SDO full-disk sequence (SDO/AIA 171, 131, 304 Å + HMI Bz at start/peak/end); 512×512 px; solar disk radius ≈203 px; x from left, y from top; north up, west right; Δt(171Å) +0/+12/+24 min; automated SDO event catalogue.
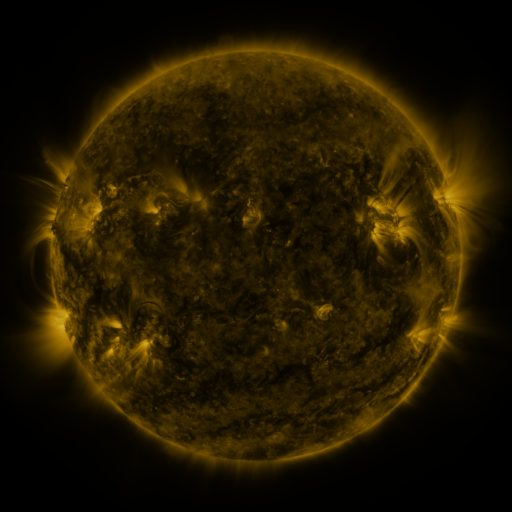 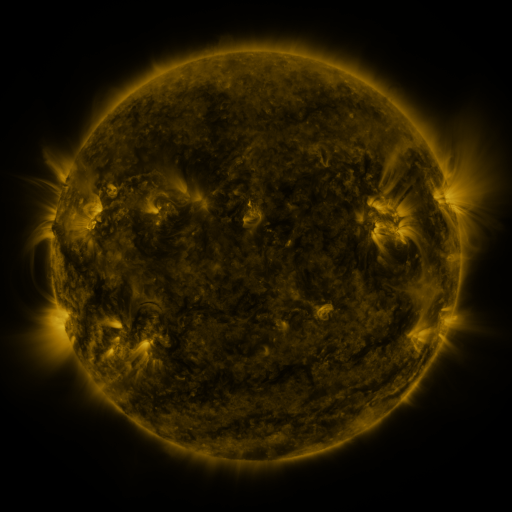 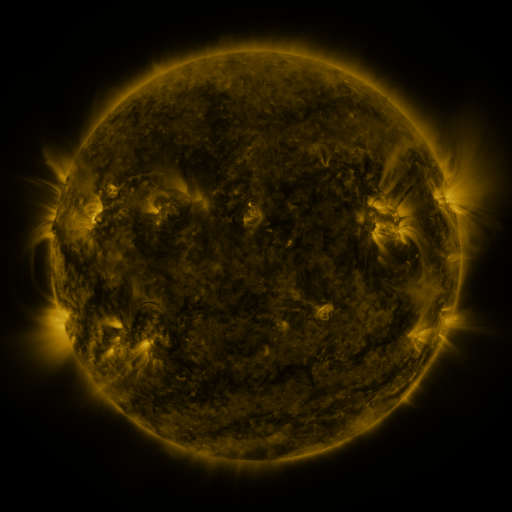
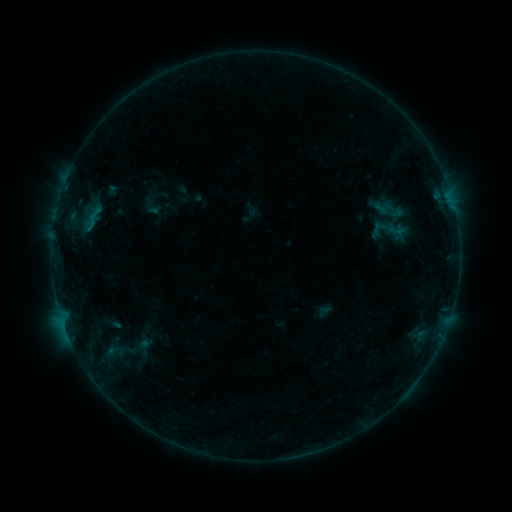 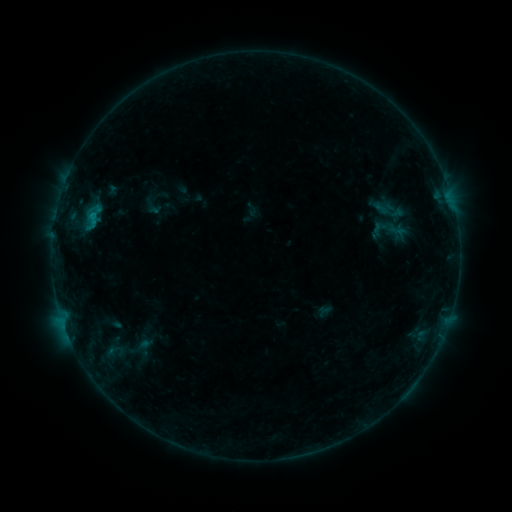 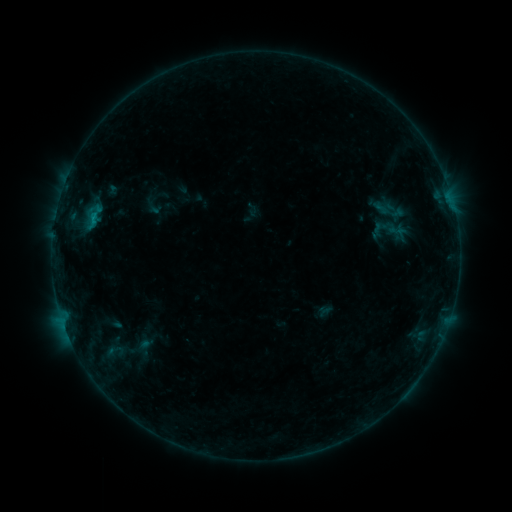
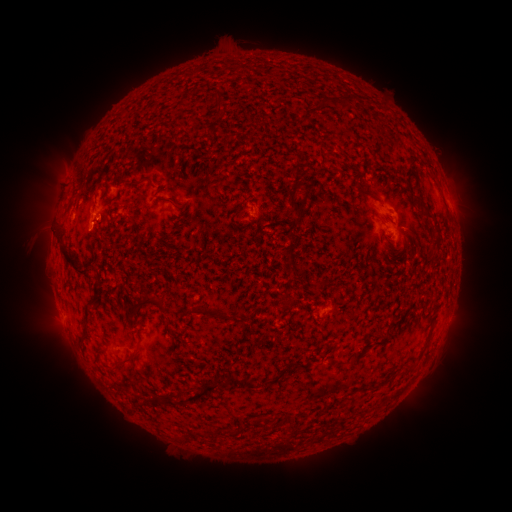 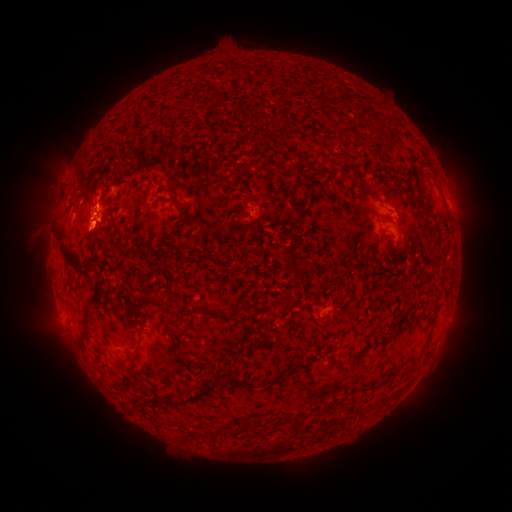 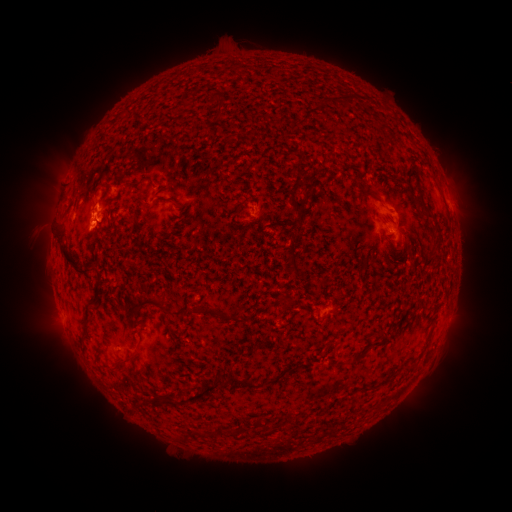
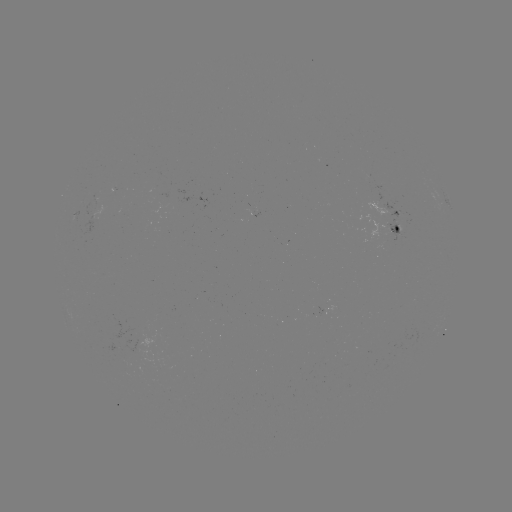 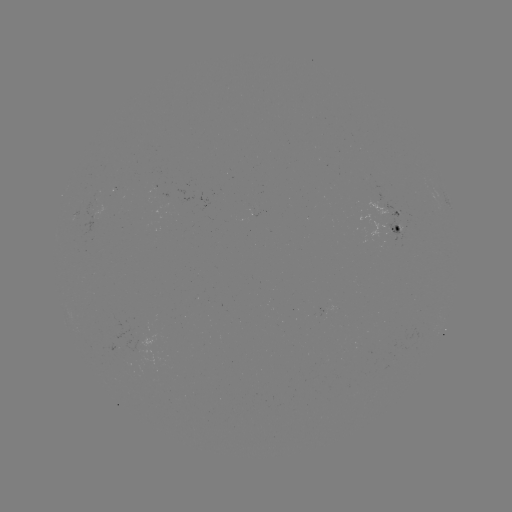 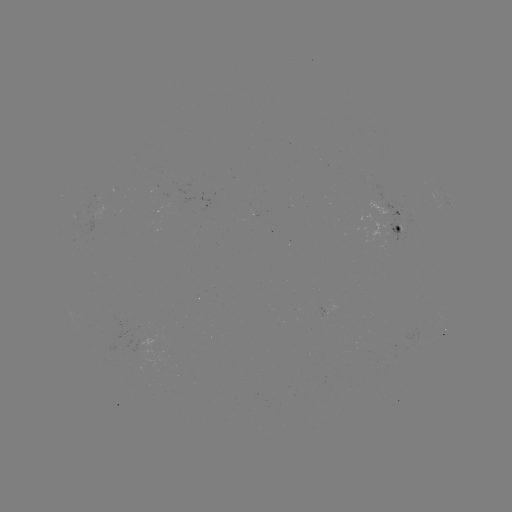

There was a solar flare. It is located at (94, 217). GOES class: B6.4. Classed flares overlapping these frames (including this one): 1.